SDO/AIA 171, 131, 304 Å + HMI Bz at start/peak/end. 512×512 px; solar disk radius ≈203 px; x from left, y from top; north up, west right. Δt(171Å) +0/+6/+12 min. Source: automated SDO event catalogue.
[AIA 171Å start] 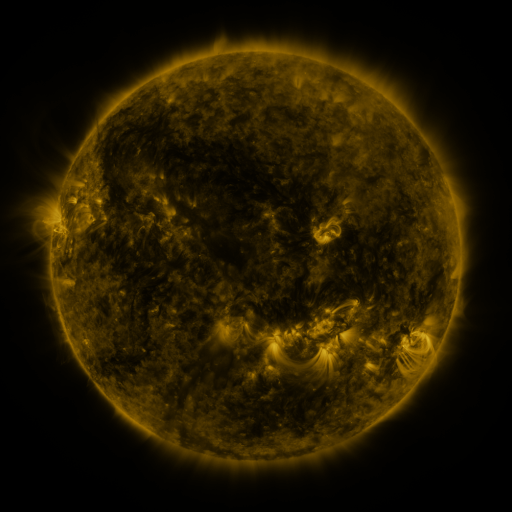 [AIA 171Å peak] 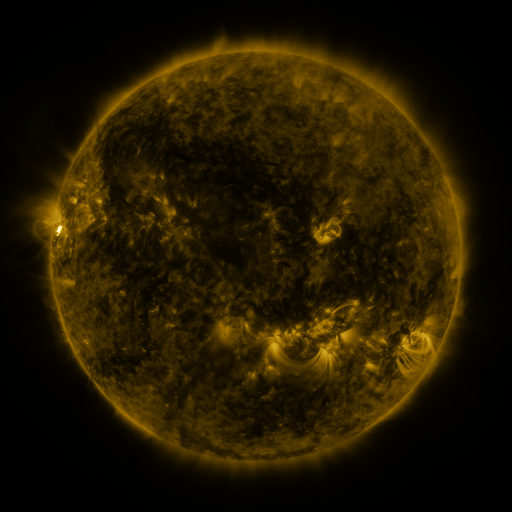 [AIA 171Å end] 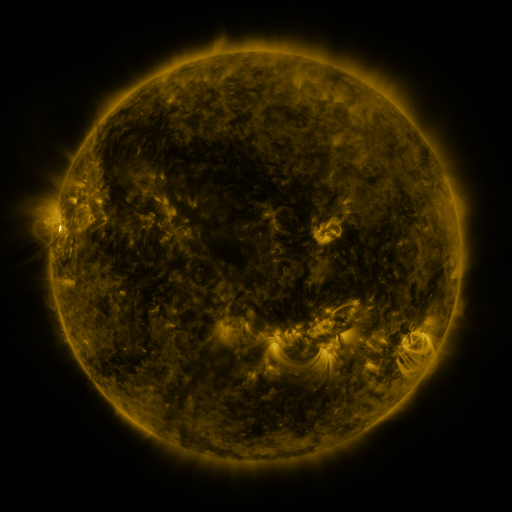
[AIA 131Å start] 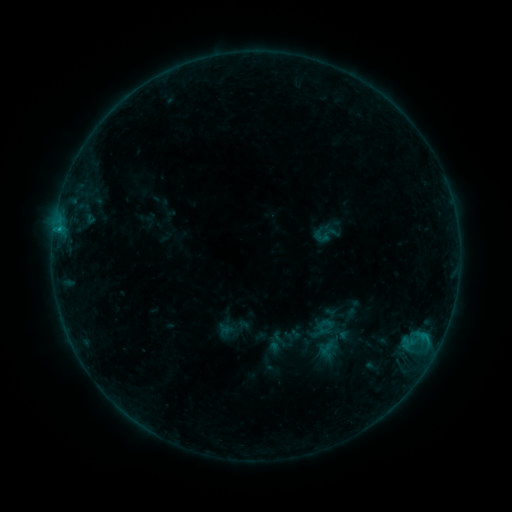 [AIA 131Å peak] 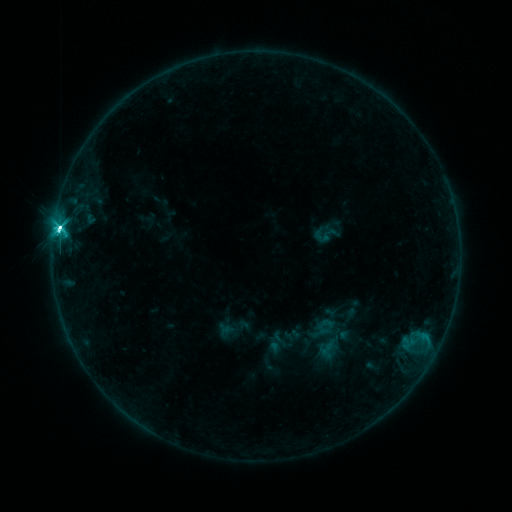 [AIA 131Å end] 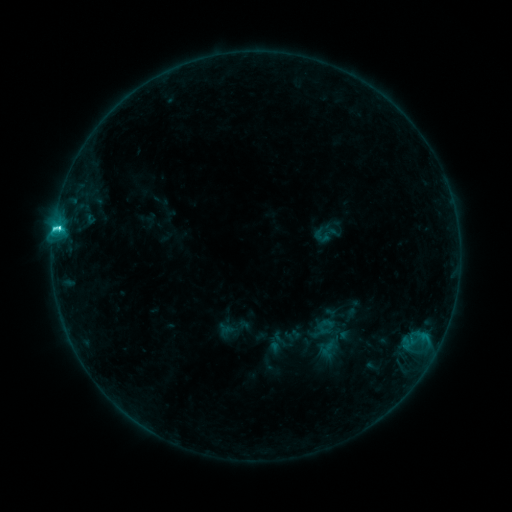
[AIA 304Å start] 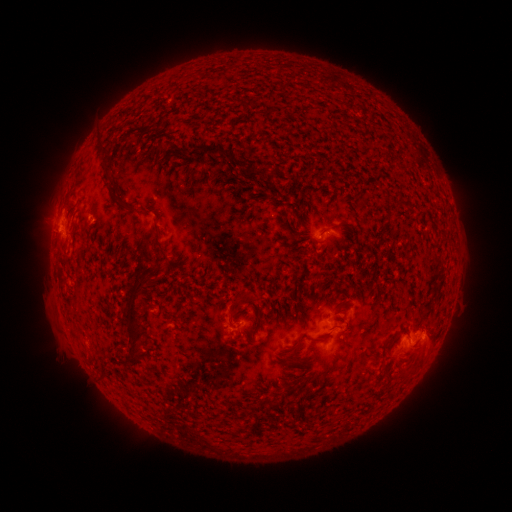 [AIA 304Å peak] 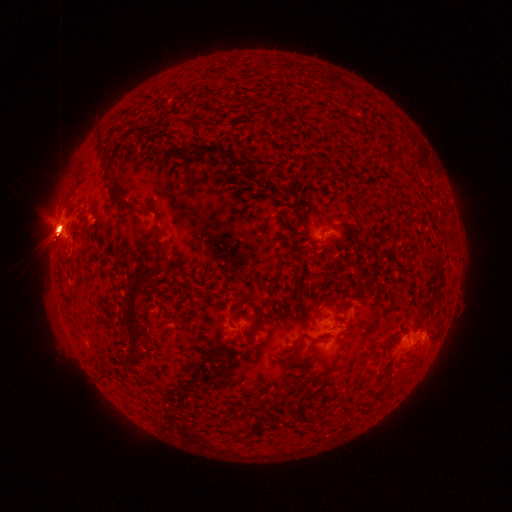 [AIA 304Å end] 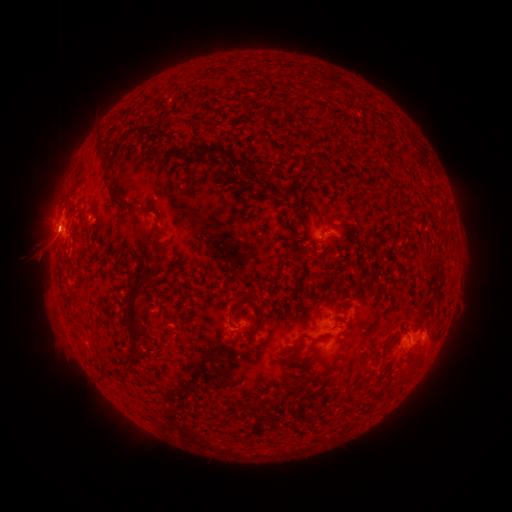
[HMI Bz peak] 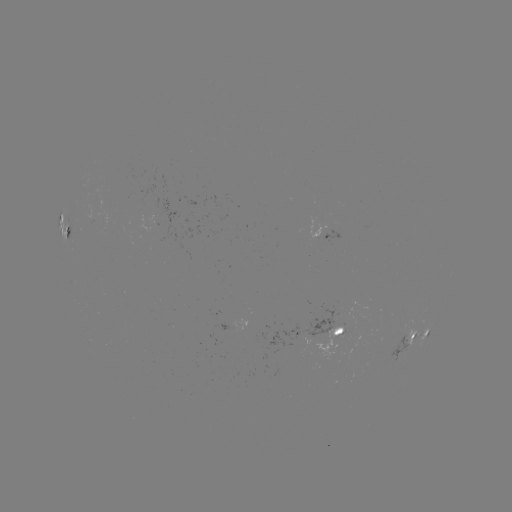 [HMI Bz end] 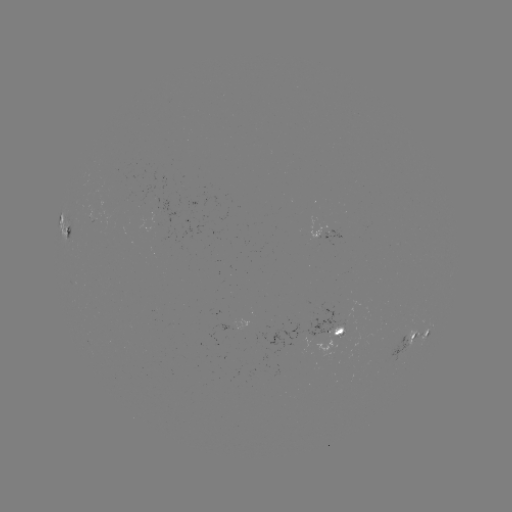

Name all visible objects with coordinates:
C8.8 flare: (60, 230)
